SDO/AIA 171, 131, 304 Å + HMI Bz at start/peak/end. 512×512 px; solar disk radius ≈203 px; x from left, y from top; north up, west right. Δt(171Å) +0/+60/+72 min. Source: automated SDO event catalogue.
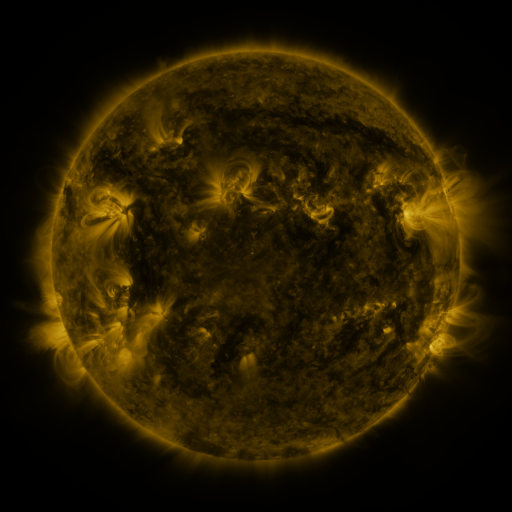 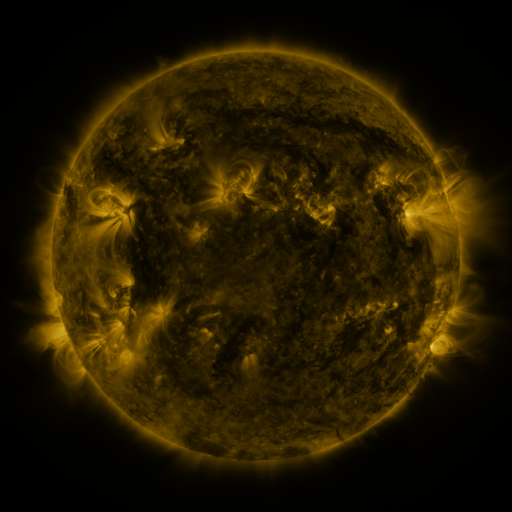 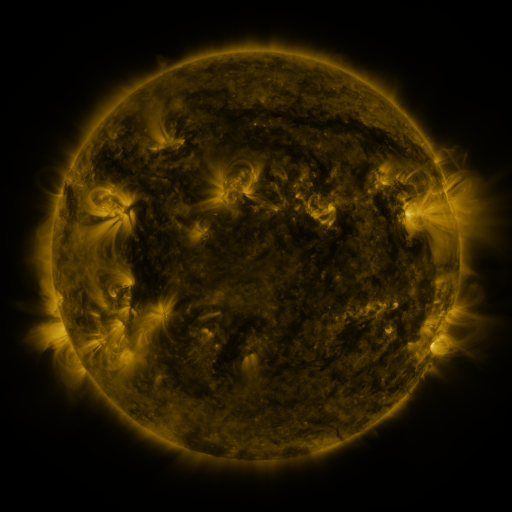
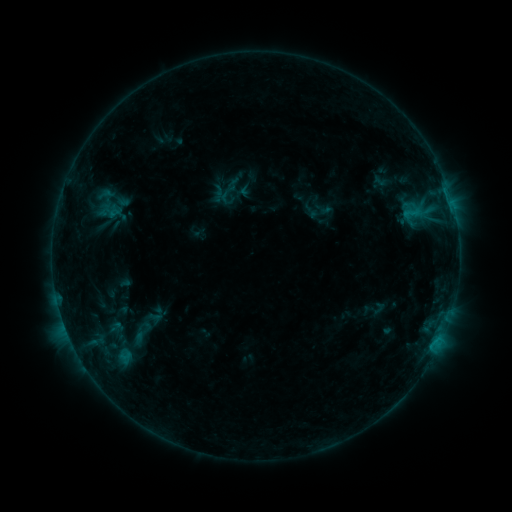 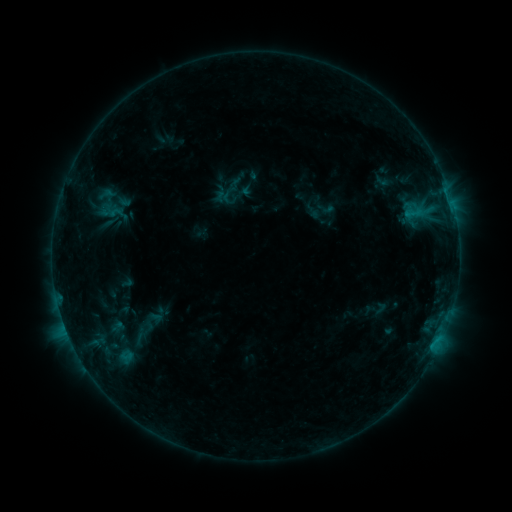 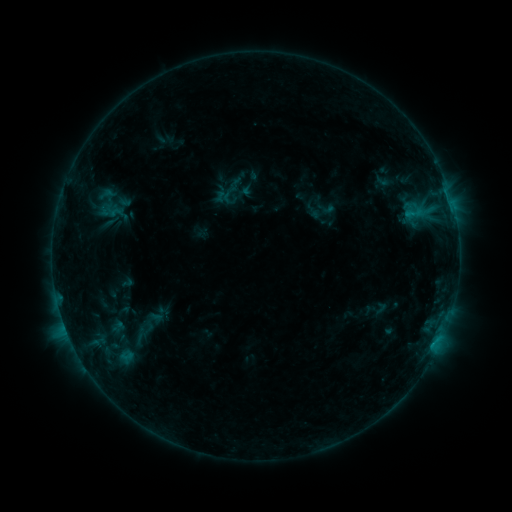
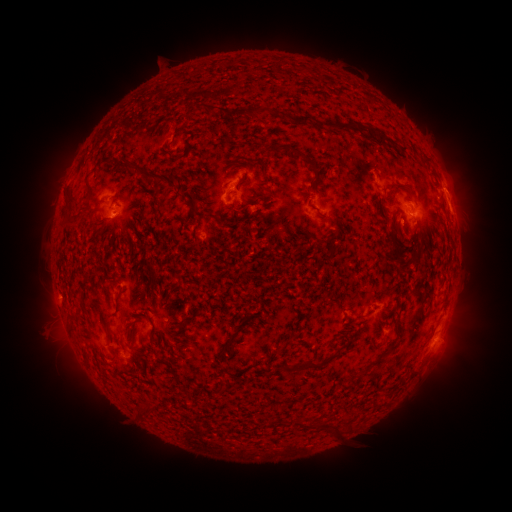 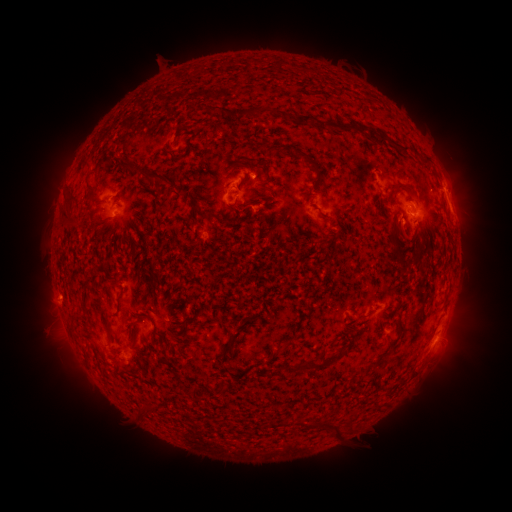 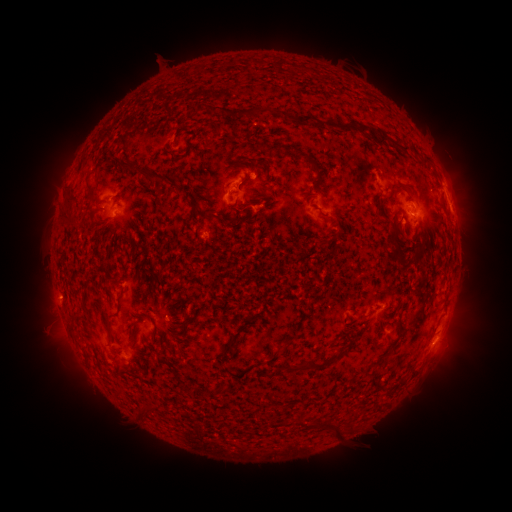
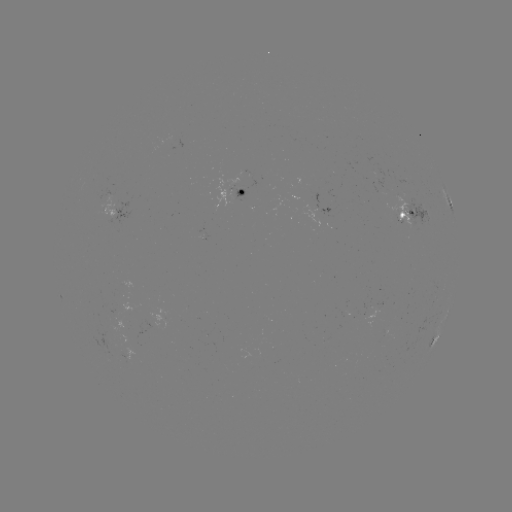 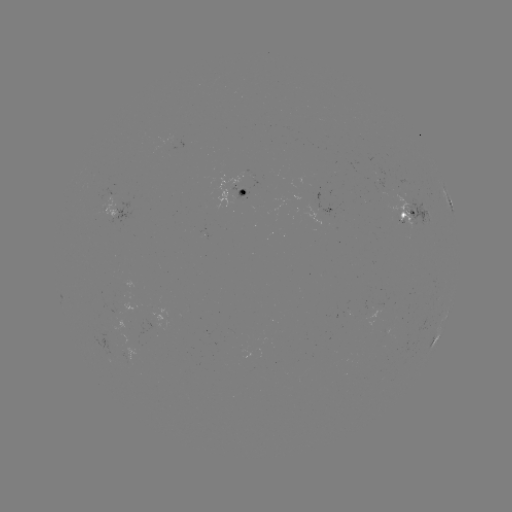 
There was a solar emerging-flux region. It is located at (421, 211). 